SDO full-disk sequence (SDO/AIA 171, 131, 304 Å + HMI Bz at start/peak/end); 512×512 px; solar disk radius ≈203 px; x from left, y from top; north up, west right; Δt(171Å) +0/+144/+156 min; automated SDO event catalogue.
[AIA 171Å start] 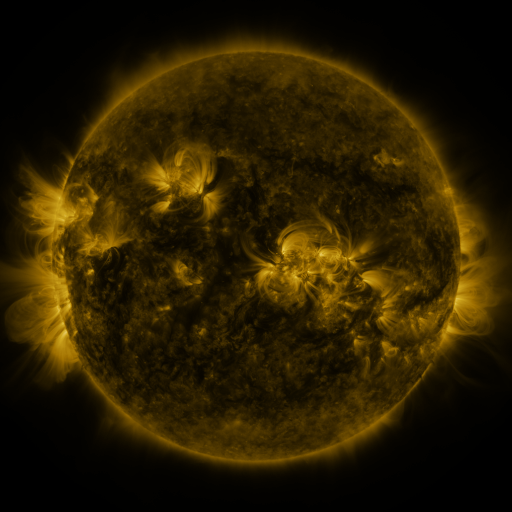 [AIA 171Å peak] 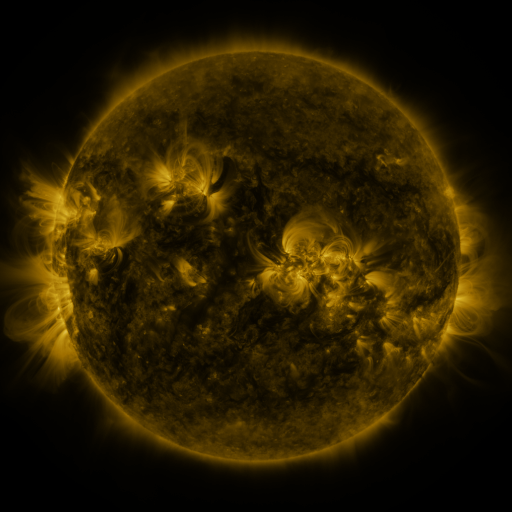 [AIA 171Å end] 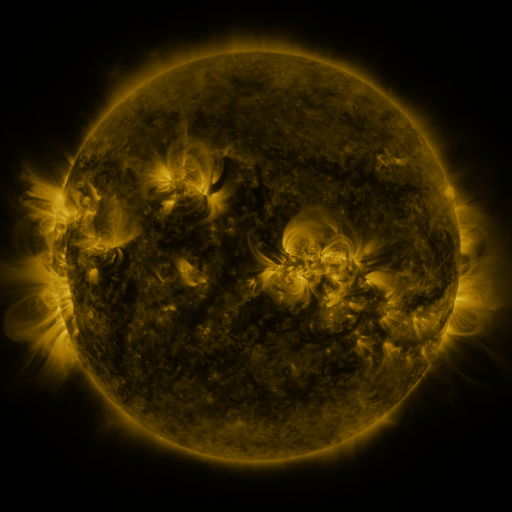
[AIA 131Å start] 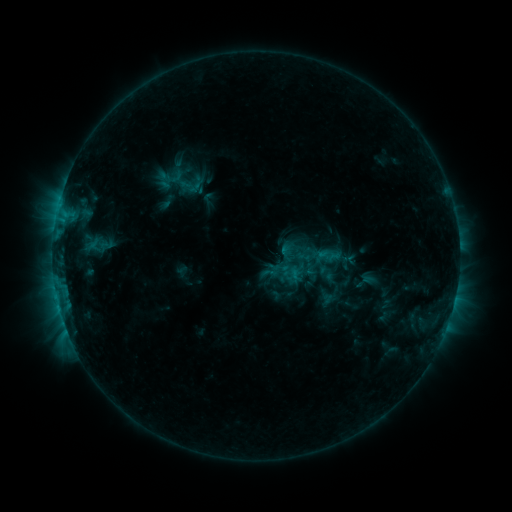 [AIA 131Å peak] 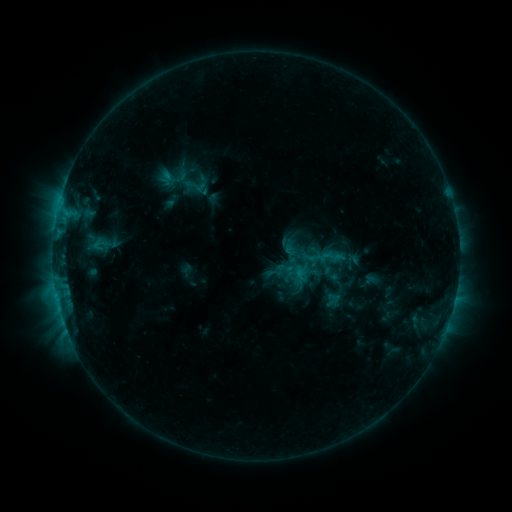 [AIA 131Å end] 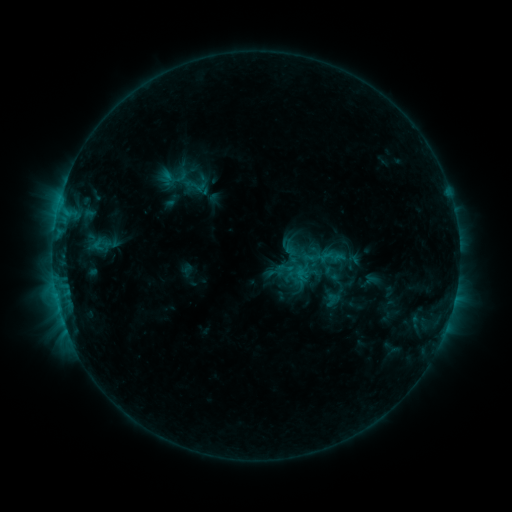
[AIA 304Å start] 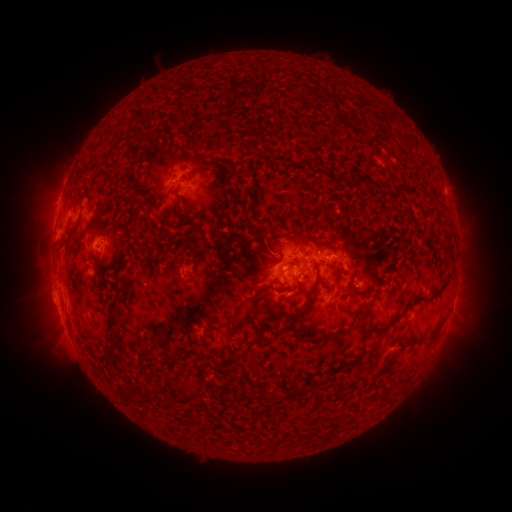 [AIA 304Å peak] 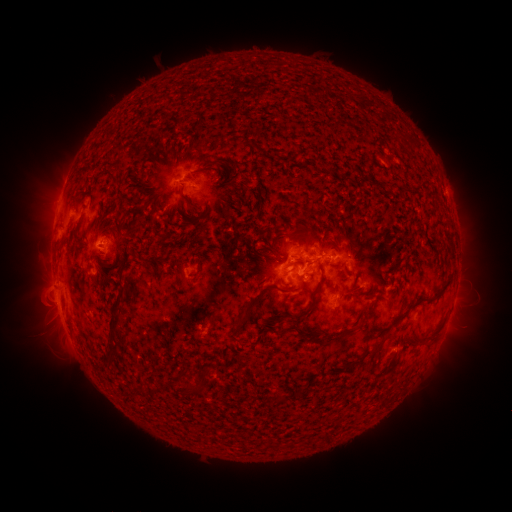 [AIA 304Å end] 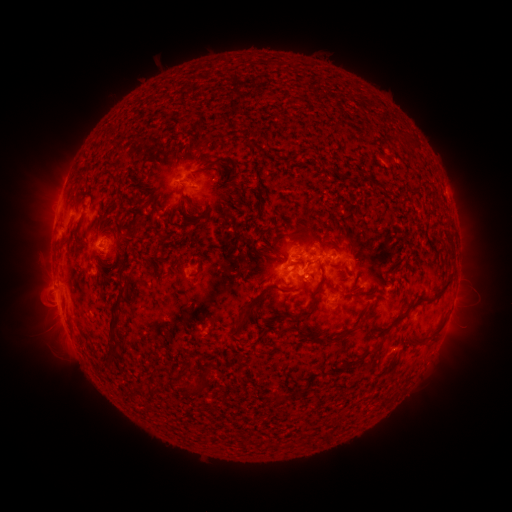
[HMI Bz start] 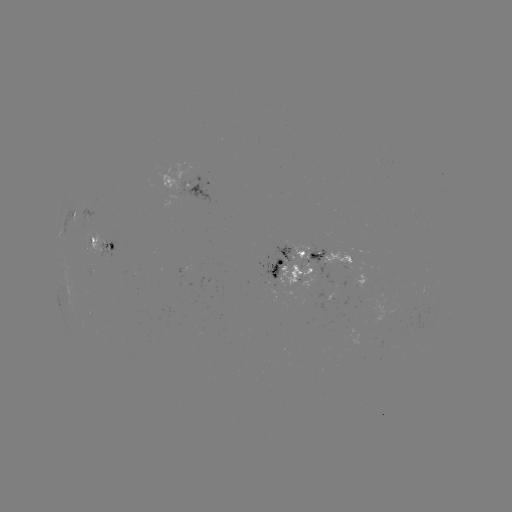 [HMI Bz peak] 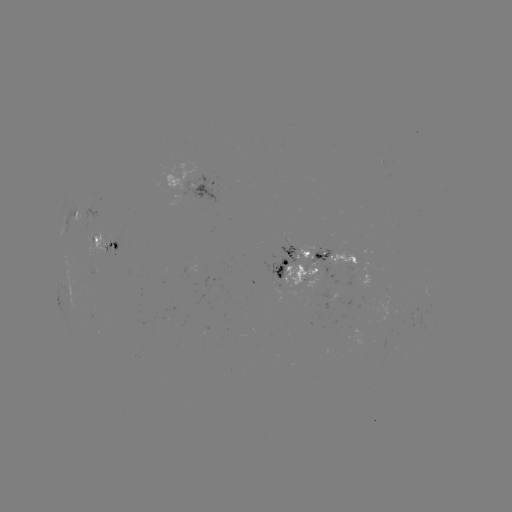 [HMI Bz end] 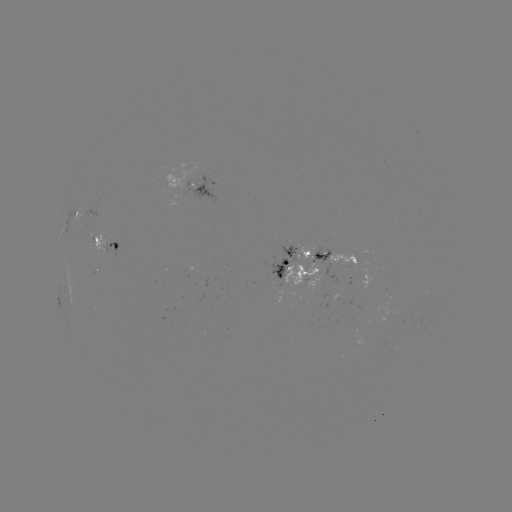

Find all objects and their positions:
emerging-flux region: (289, 256)
